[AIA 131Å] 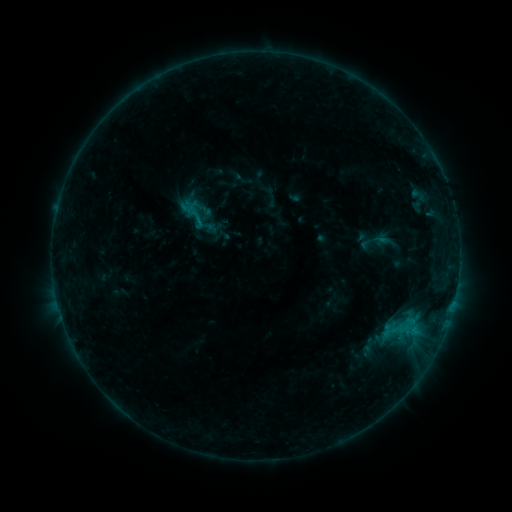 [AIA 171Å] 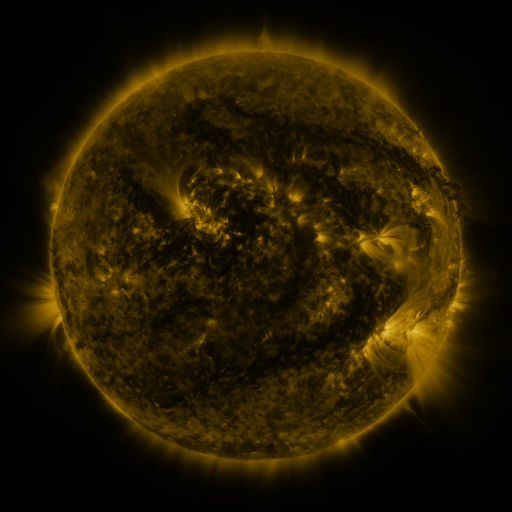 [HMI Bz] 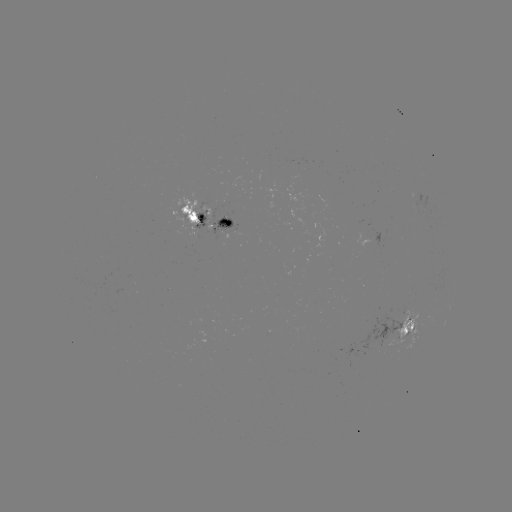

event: sigmoid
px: (197, 217)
